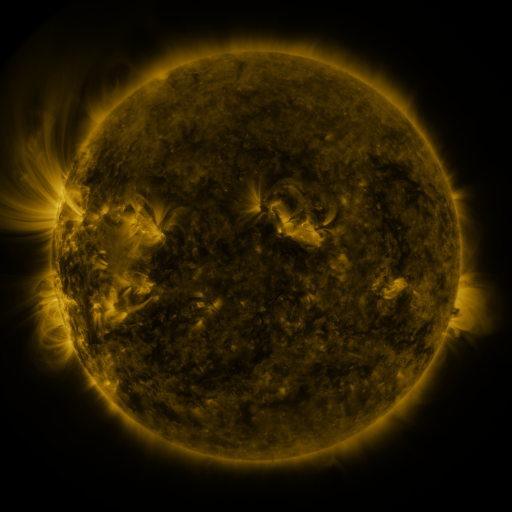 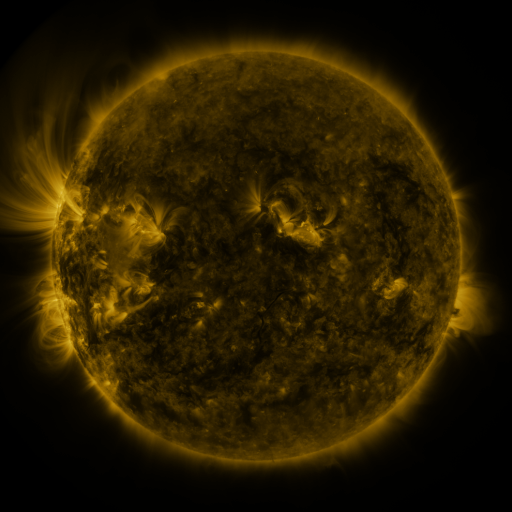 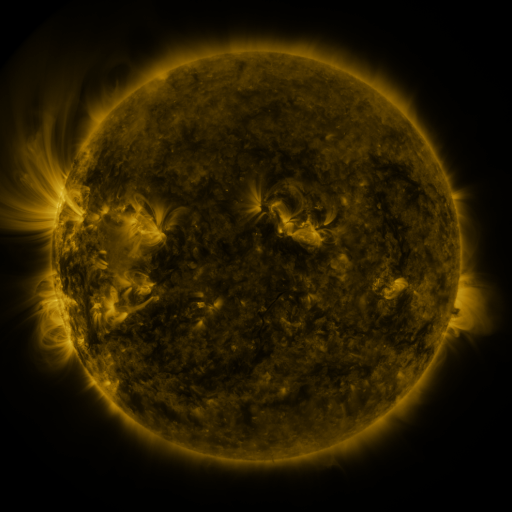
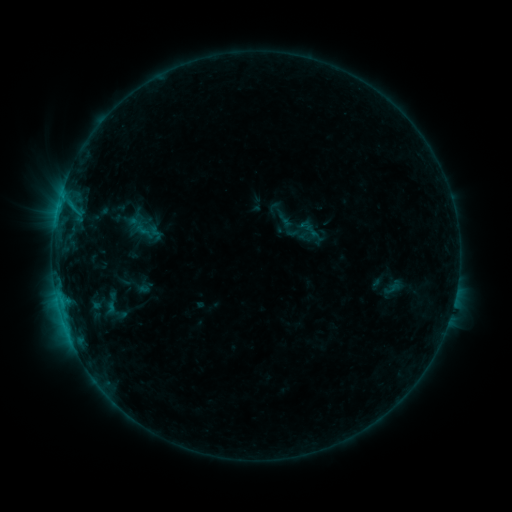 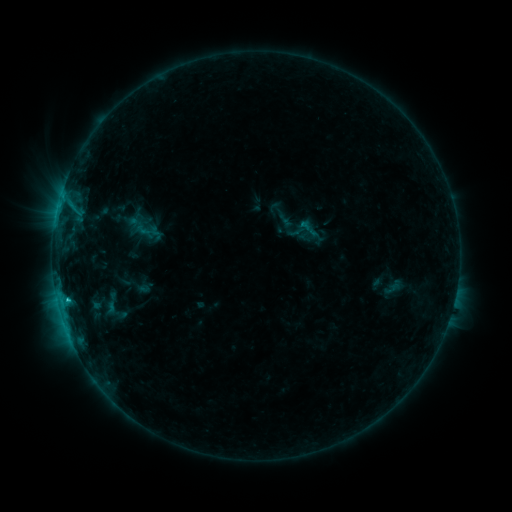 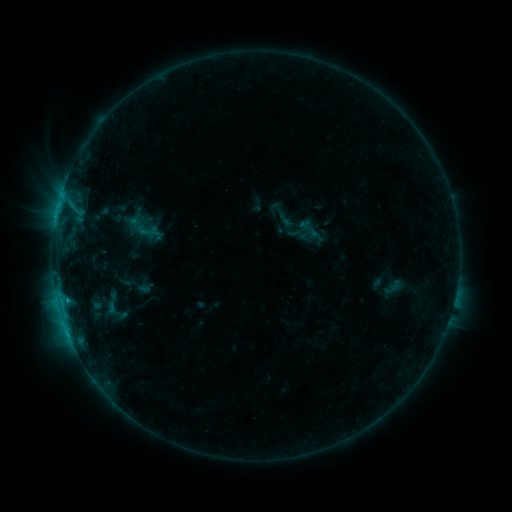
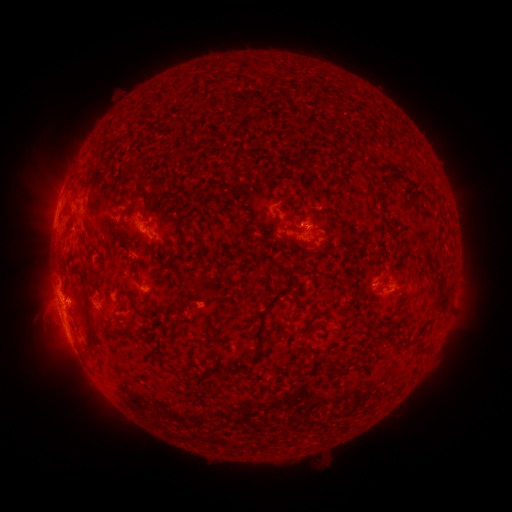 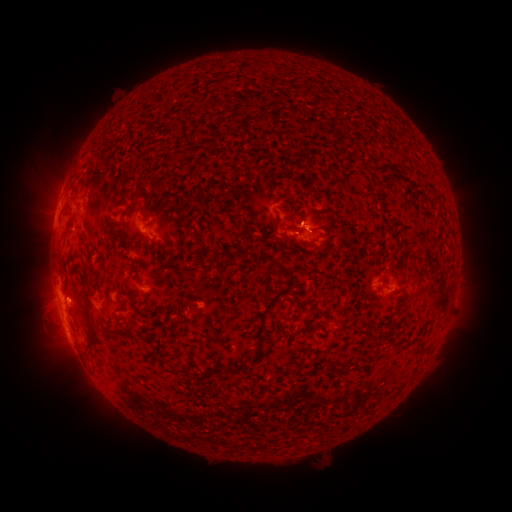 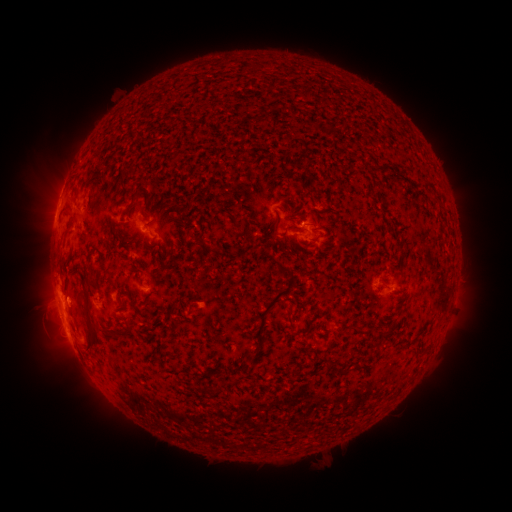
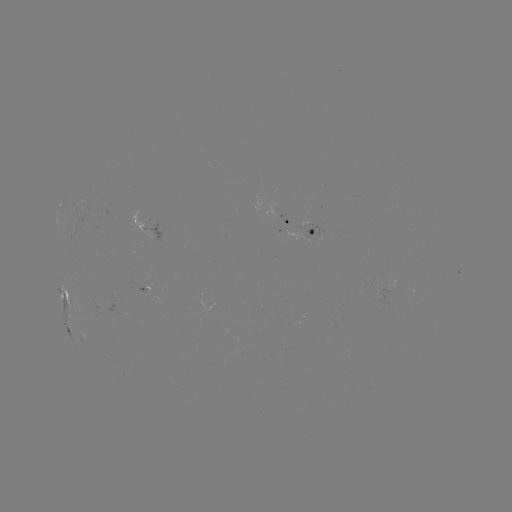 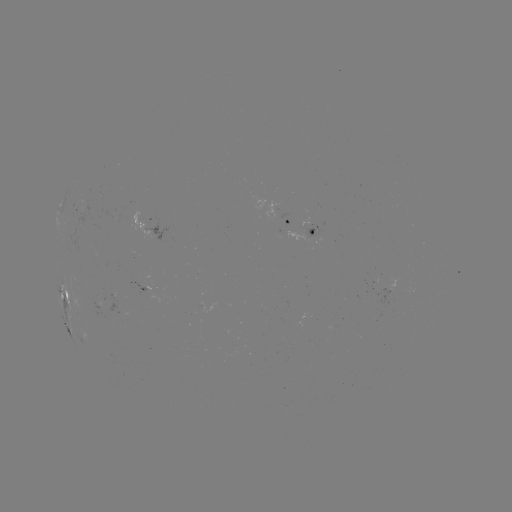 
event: flare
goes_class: C1.1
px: (68, 297)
